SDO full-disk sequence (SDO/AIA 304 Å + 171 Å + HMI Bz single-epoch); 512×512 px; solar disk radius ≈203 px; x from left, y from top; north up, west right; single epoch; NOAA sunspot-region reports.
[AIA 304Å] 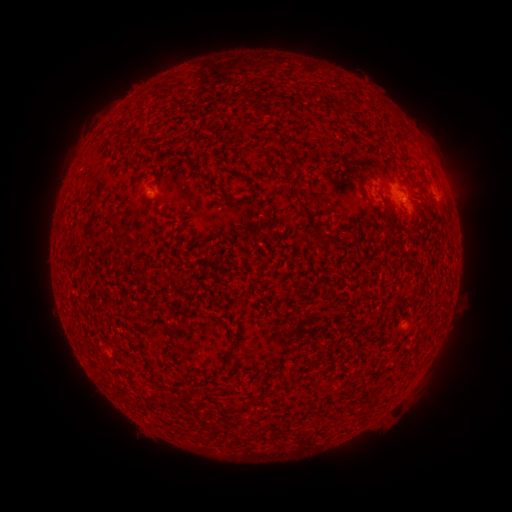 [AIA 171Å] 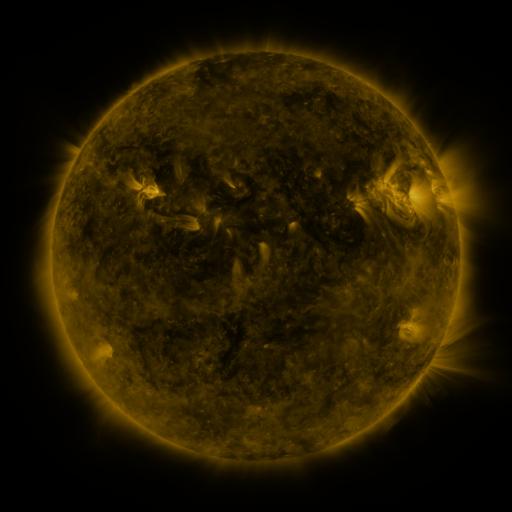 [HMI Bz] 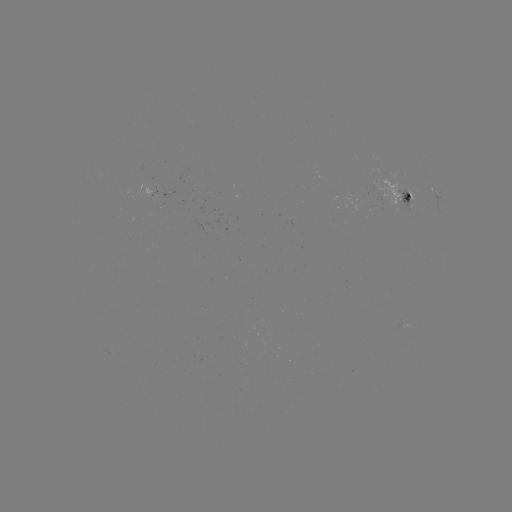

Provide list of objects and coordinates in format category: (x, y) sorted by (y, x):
spotted active region: (436, 194)
spotted active region: (403, 197)
spotted active region: (160, 205)
